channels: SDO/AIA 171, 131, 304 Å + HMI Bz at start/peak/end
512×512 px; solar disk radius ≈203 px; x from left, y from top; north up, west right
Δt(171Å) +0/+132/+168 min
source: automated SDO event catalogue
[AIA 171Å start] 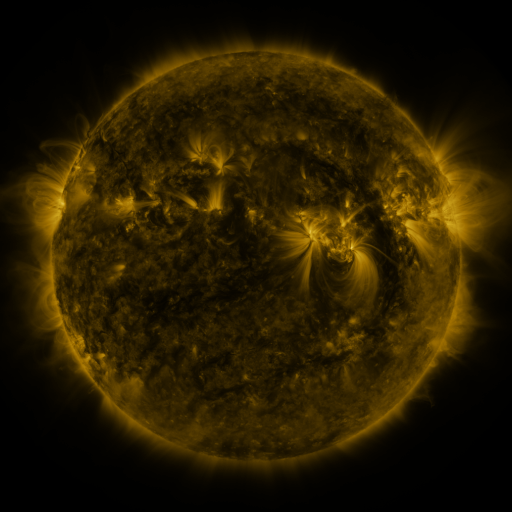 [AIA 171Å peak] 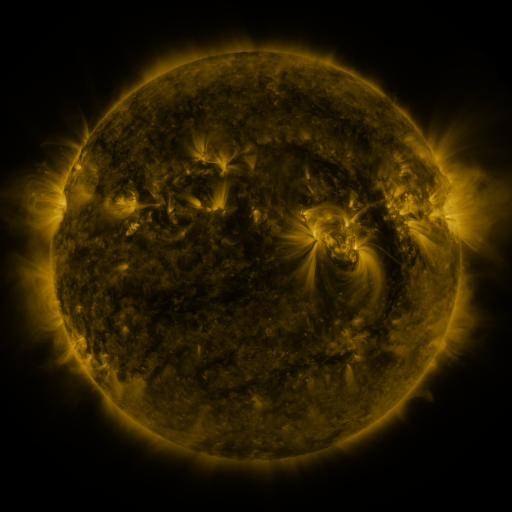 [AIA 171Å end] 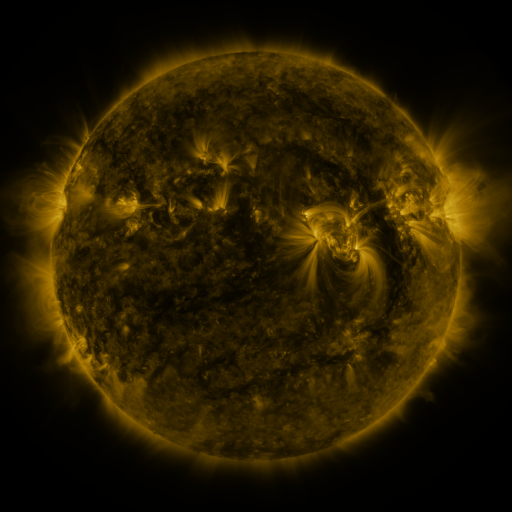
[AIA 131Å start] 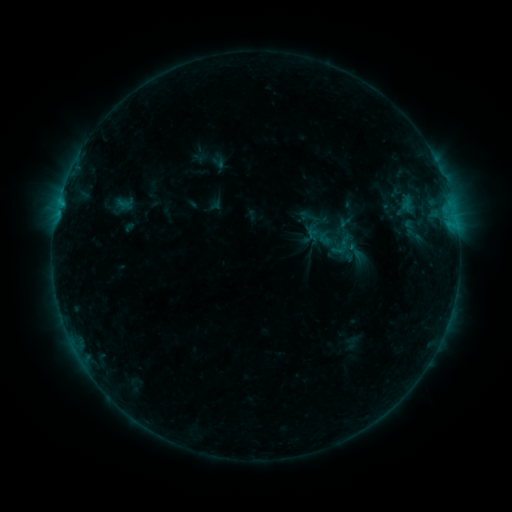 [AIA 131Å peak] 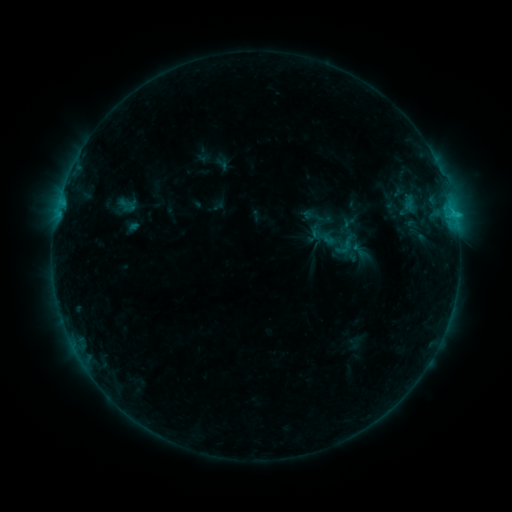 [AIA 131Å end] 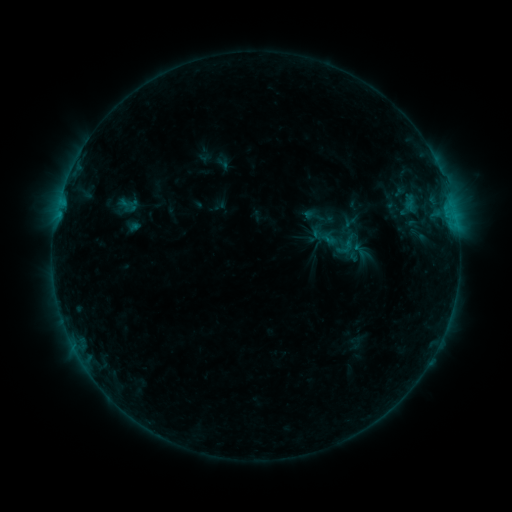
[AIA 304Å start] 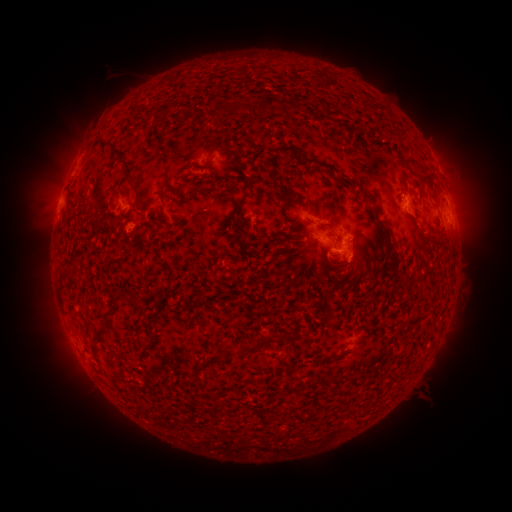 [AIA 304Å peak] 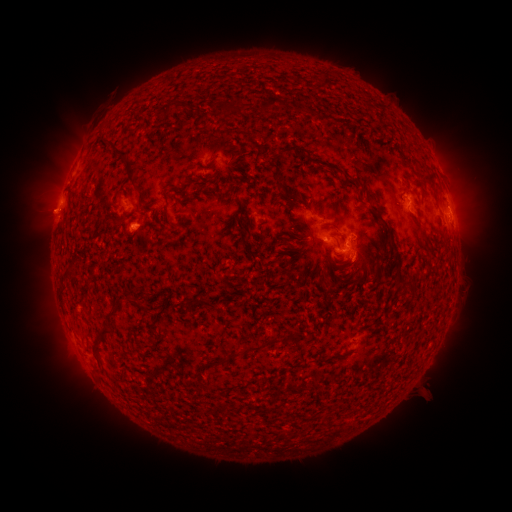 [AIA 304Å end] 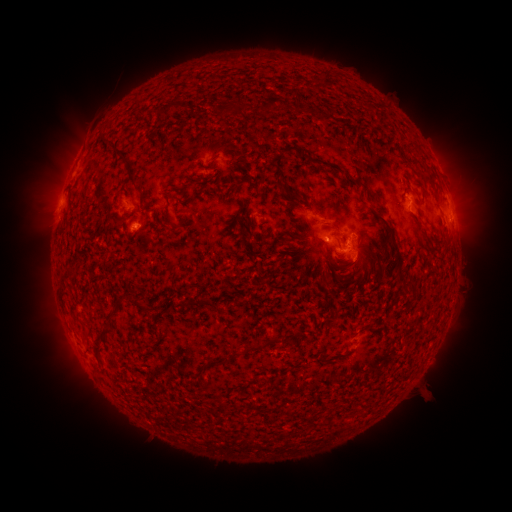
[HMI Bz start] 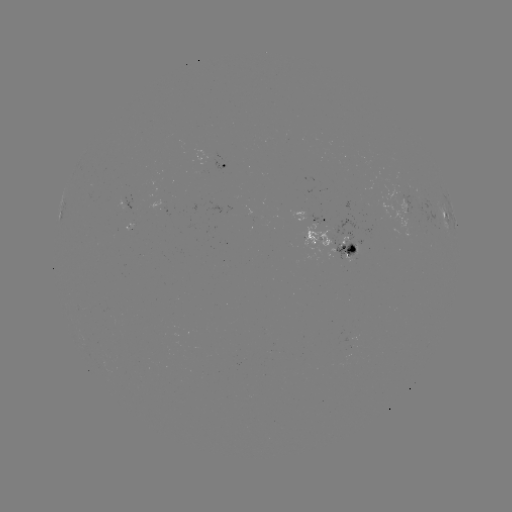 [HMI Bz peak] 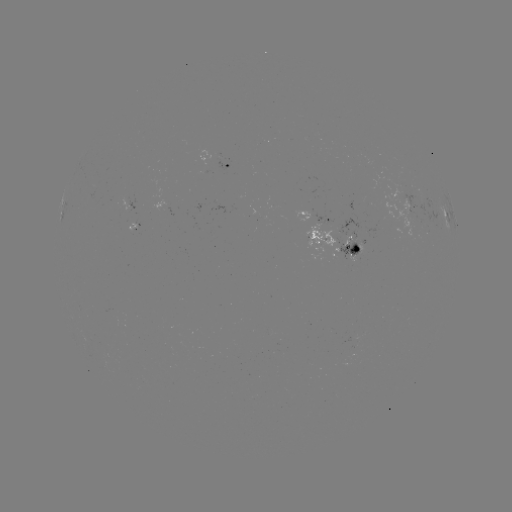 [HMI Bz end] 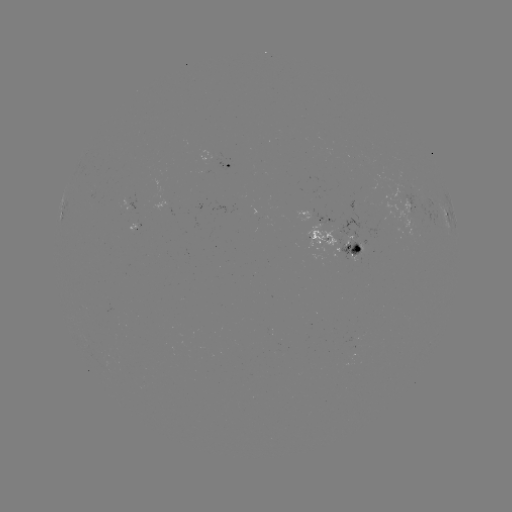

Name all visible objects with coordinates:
emerging-flux region: (356, 248)
